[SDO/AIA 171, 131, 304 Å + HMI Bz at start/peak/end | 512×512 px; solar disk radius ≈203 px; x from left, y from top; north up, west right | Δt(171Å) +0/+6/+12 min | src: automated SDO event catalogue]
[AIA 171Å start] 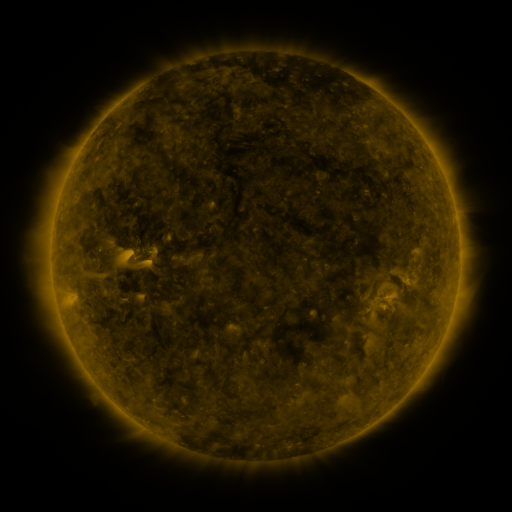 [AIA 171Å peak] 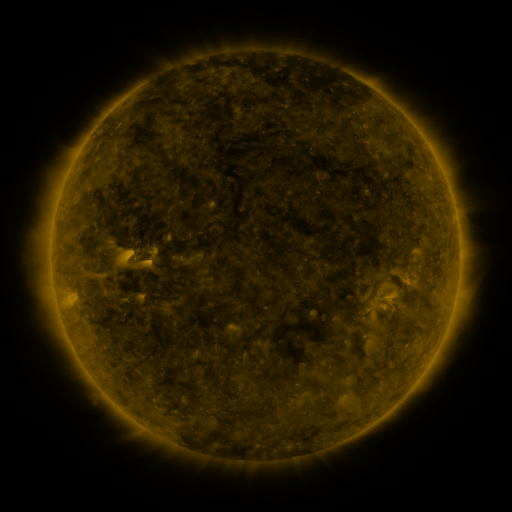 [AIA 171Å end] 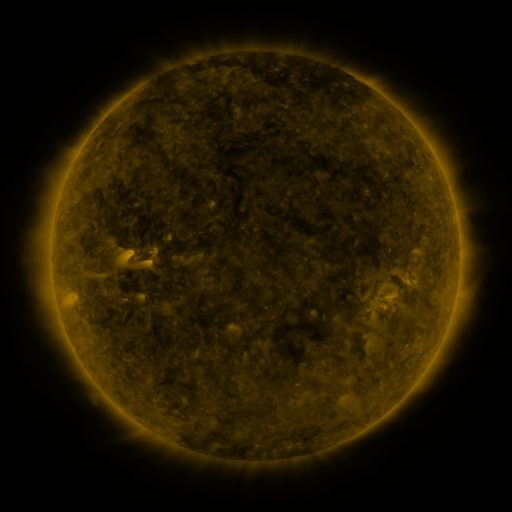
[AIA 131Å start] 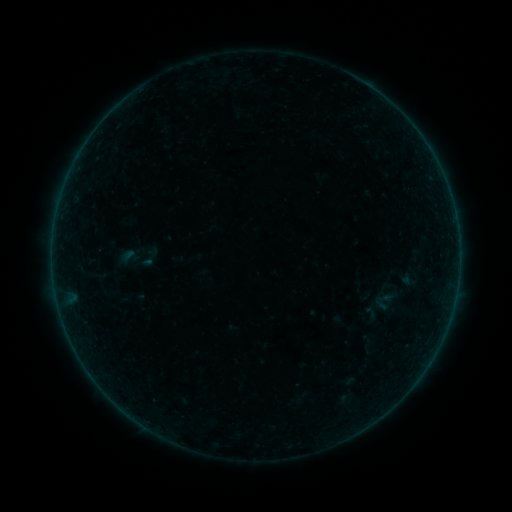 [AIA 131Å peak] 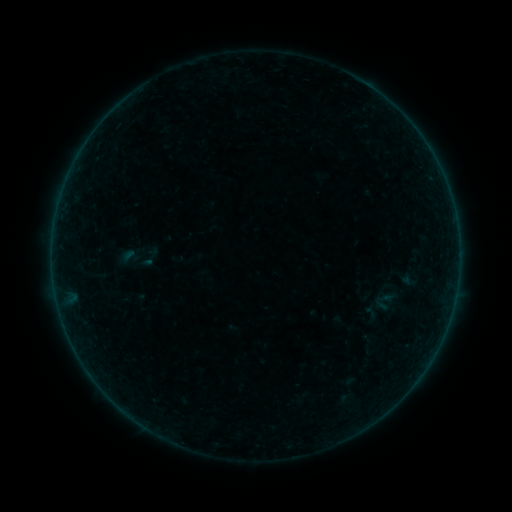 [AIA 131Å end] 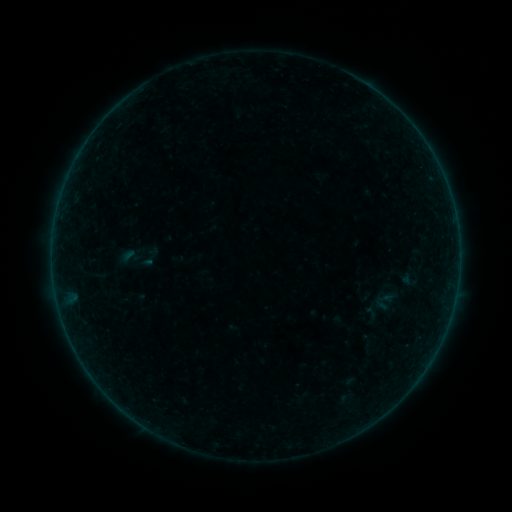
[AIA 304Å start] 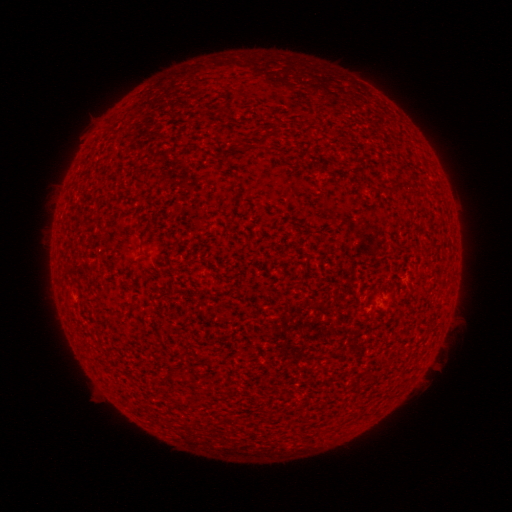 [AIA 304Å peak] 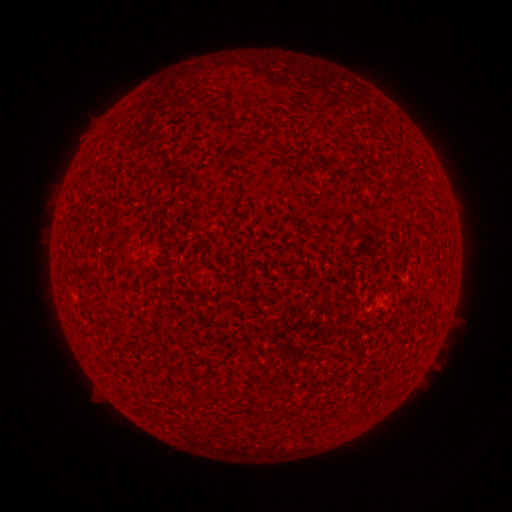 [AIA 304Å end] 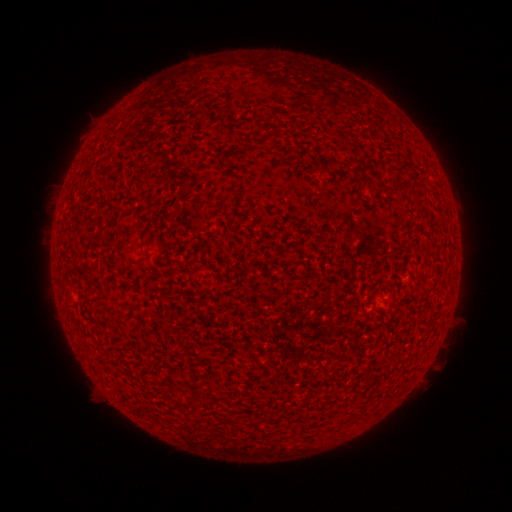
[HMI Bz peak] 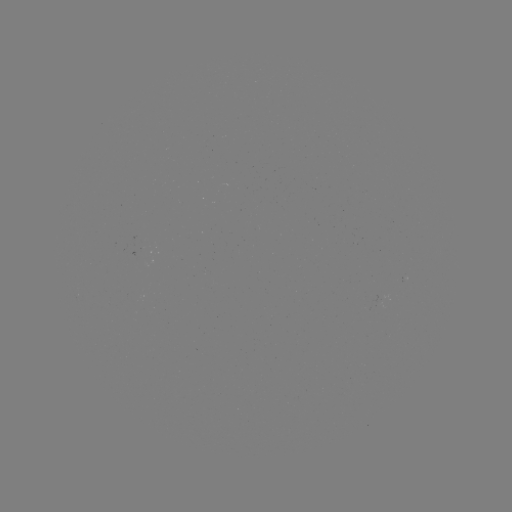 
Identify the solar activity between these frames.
A1.0 flare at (455, 291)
